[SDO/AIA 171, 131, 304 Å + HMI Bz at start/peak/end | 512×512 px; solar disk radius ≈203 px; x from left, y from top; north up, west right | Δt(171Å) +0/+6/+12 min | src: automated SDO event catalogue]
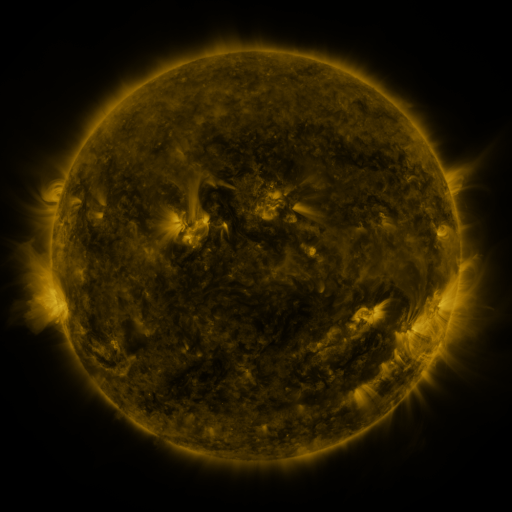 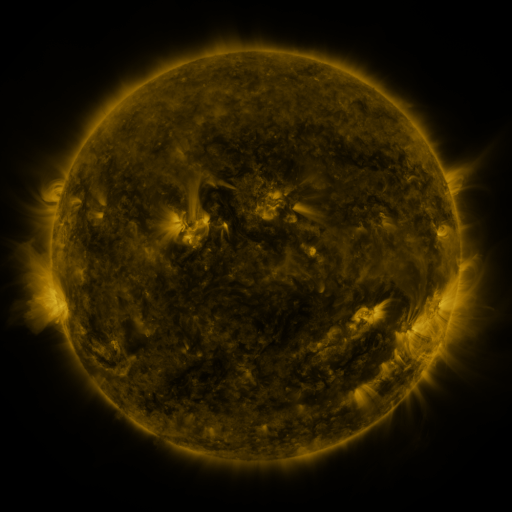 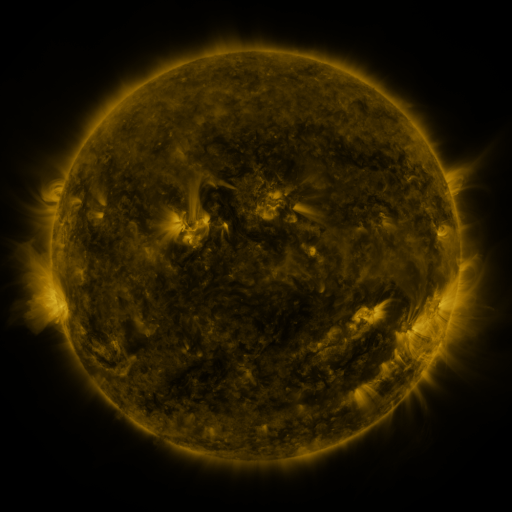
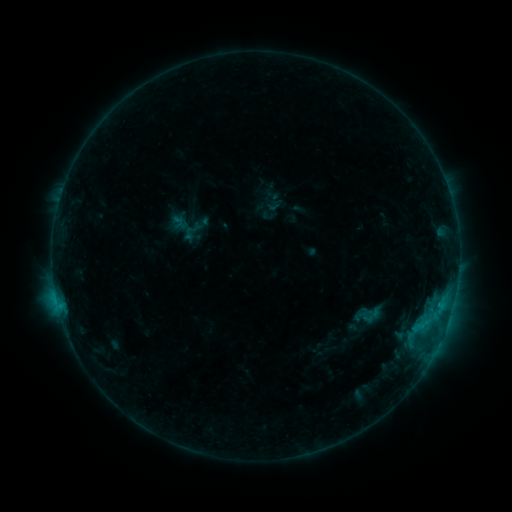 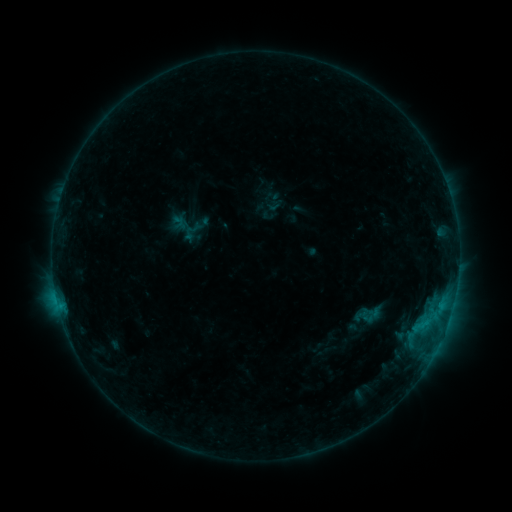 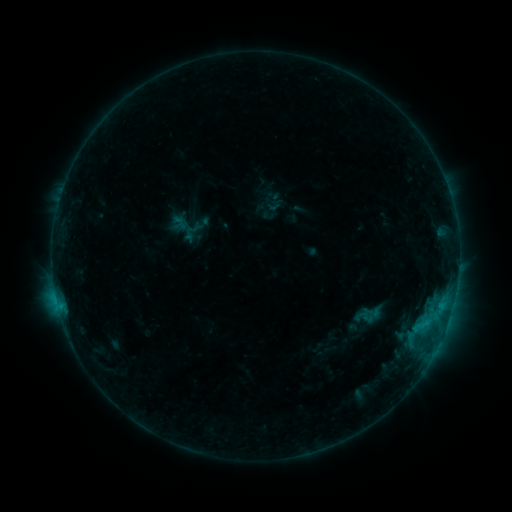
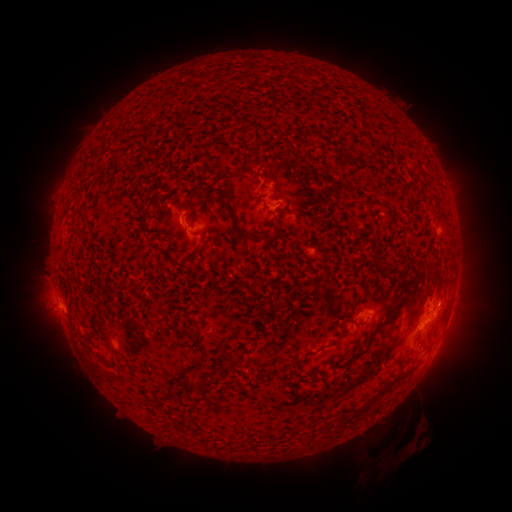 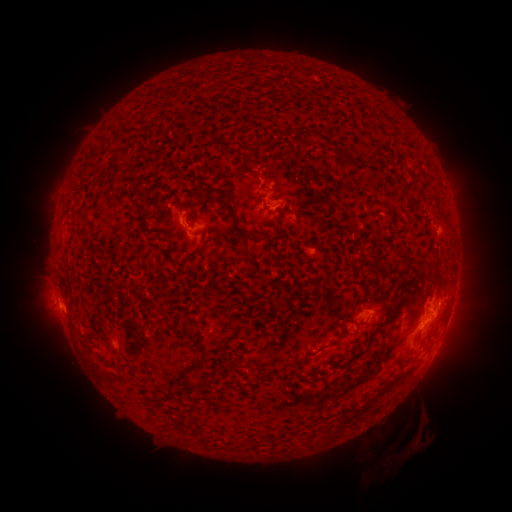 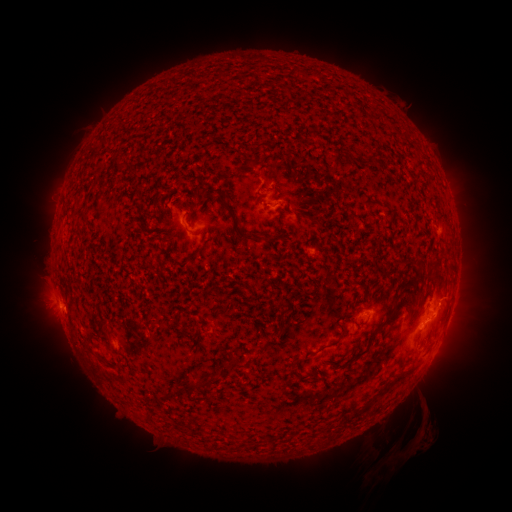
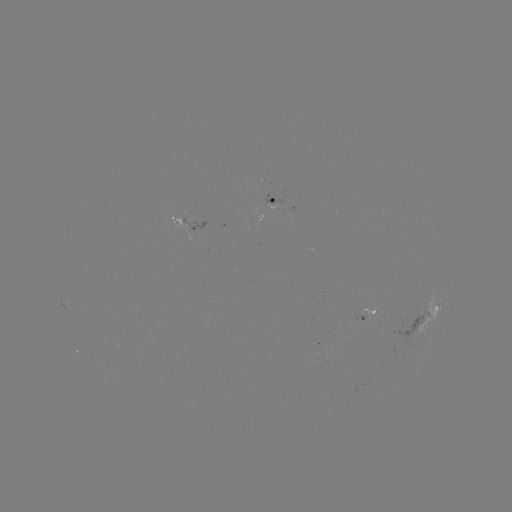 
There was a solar eruption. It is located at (417, 435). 